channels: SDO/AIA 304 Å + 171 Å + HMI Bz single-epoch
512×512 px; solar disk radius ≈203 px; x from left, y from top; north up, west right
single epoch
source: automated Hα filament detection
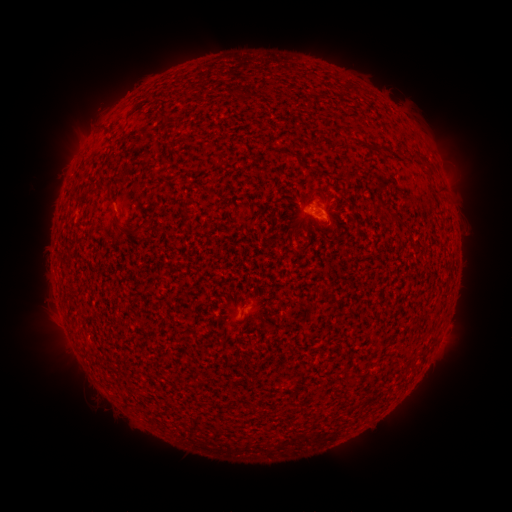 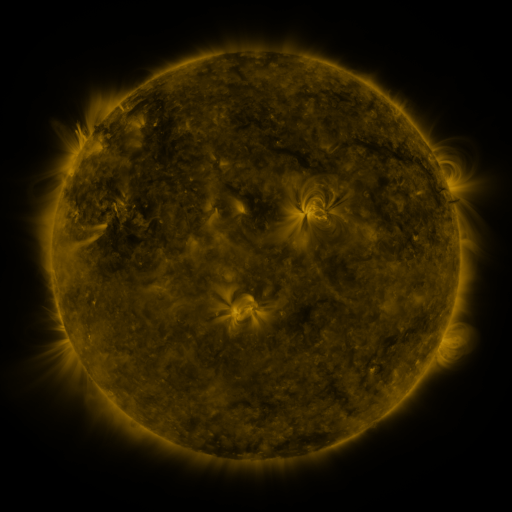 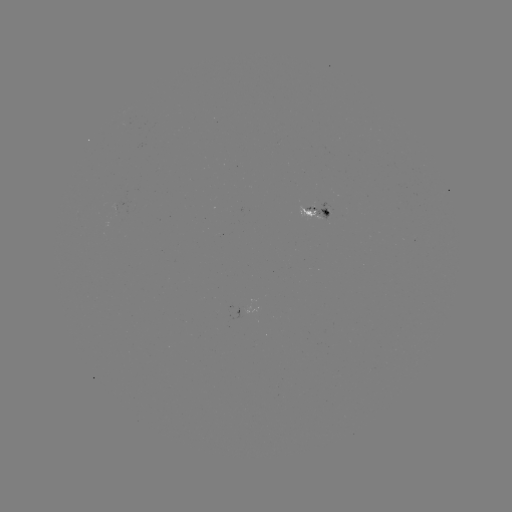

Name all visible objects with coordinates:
filament: <bbox>161, 111, 172, 120</bbox>
filament: <bbox>390, 216, 405, 228</bbox>
filament: <bbox>118, 222, 128, 230</bbox>
